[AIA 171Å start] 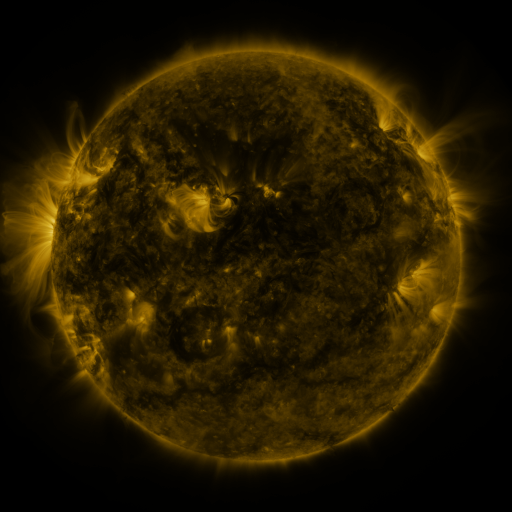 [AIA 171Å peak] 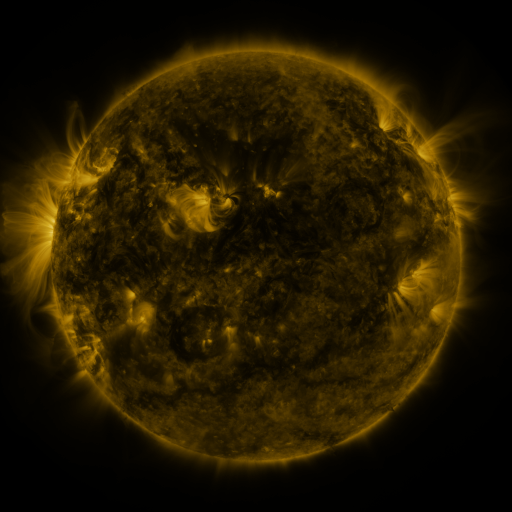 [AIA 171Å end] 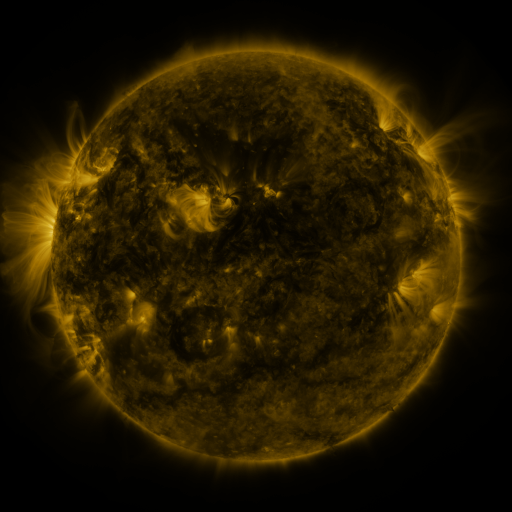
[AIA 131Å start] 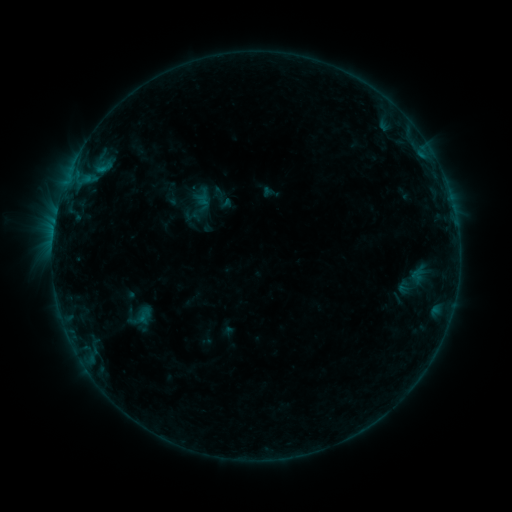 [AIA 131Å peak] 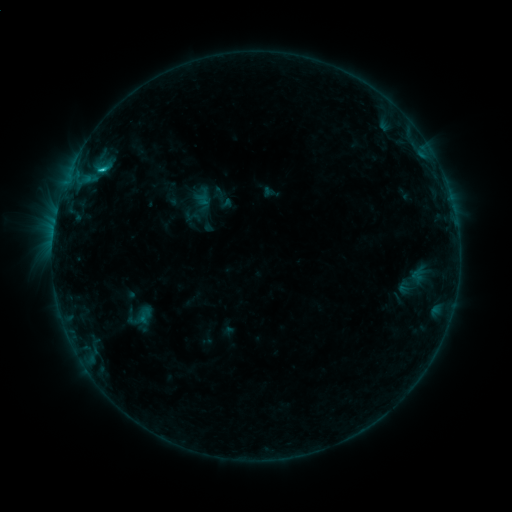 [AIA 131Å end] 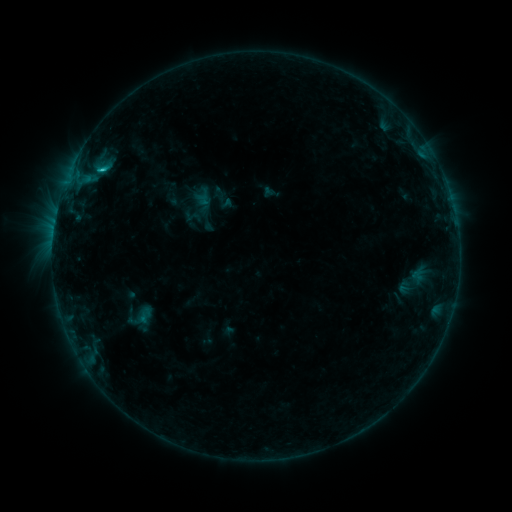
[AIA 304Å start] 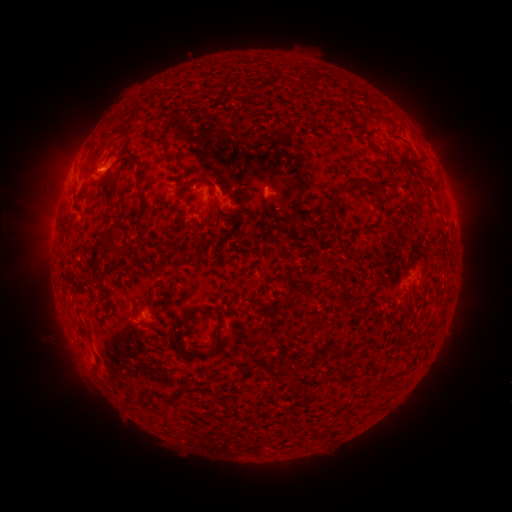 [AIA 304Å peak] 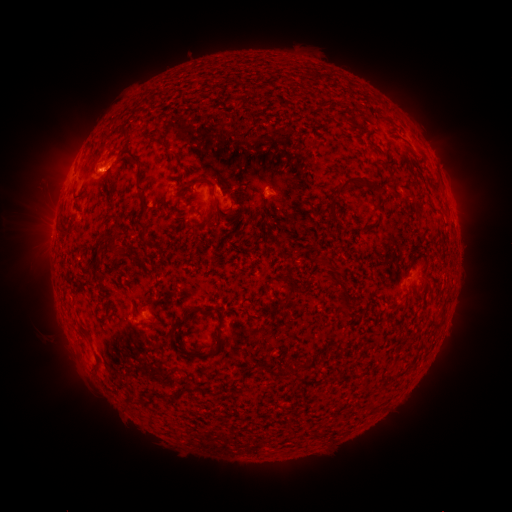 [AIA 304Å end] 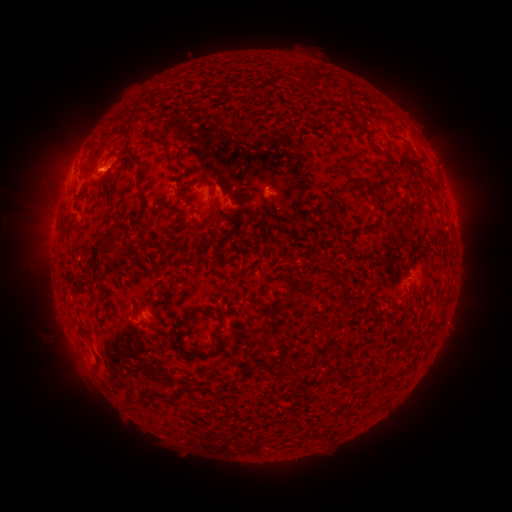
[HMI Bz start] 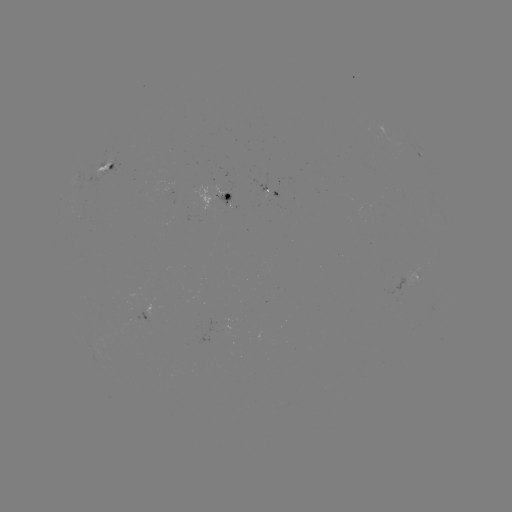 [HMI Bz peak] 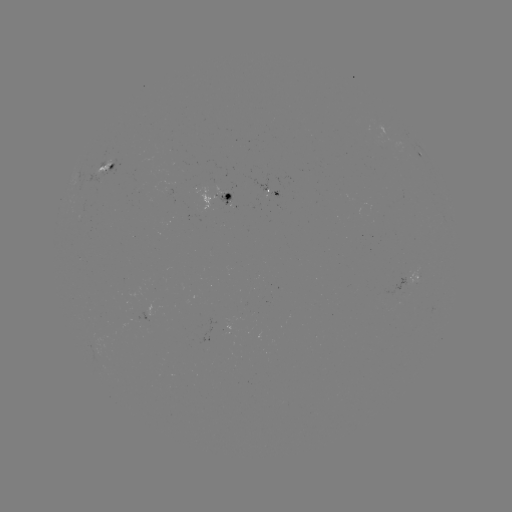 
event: flare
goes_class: B9.3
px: (102, 171)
